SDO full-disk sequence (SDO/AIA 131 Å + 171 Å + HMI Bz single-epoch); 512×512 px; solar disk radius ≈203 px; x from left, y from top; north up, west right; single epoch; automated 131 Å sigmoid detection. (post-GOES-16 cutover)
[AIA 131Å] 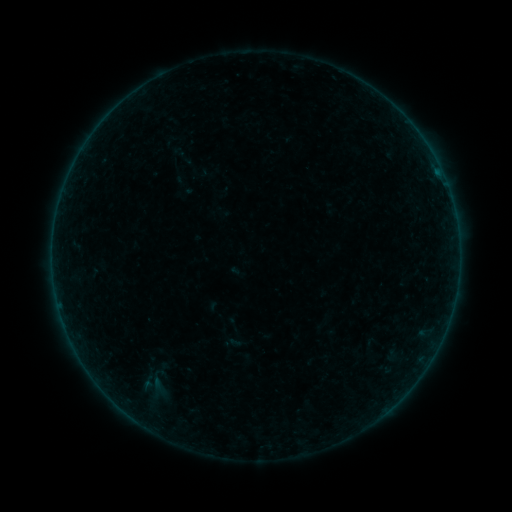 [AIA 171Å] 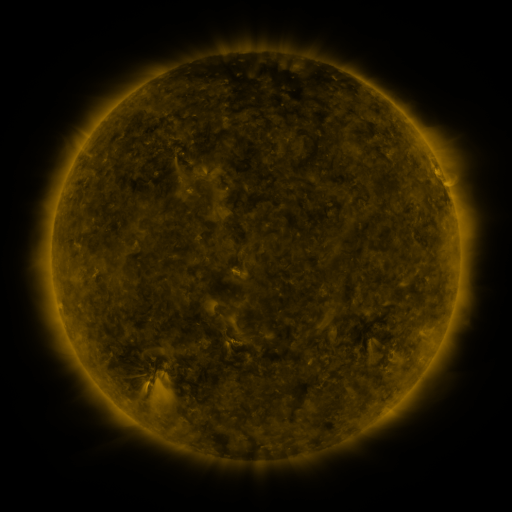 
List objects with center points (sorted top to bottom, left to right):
sigmoid: <bbox>140, 374, 177, 397</bbox>
